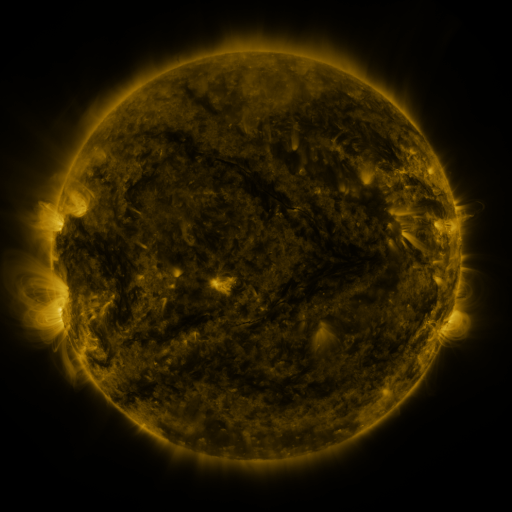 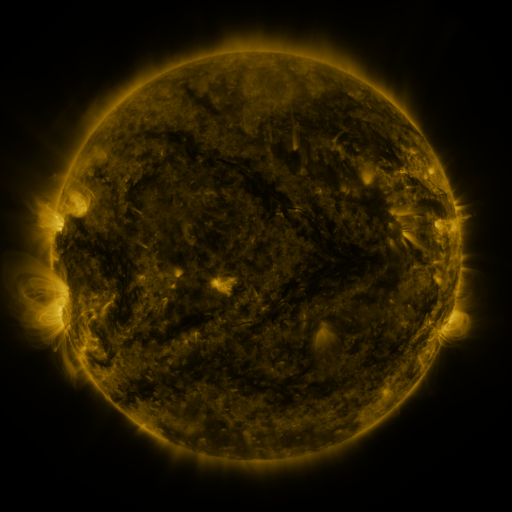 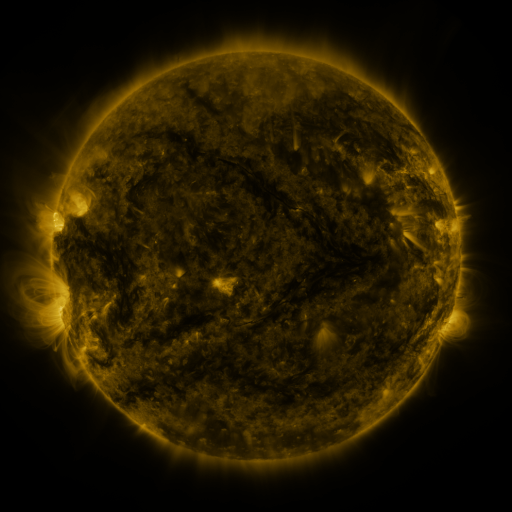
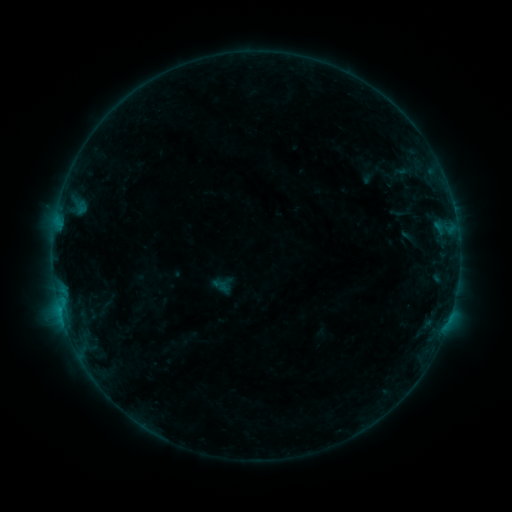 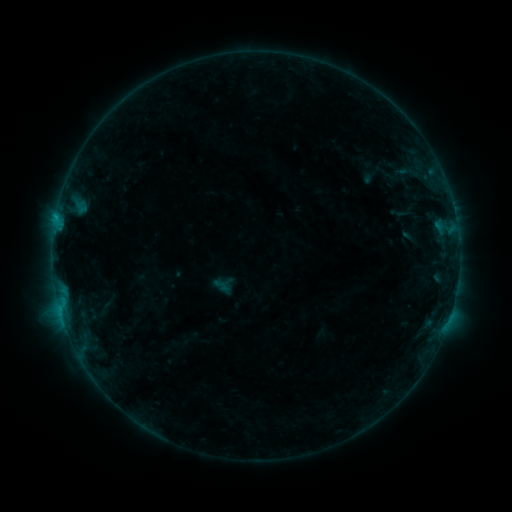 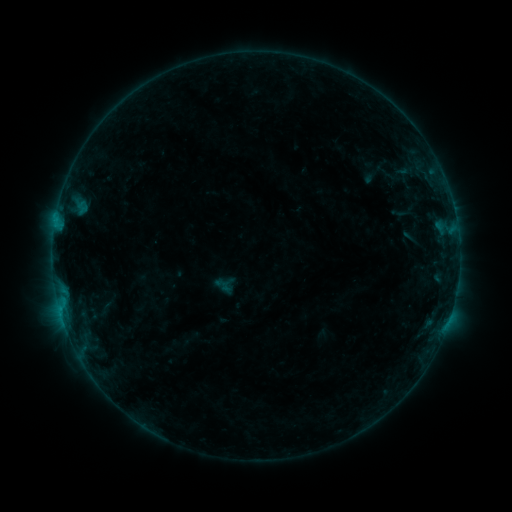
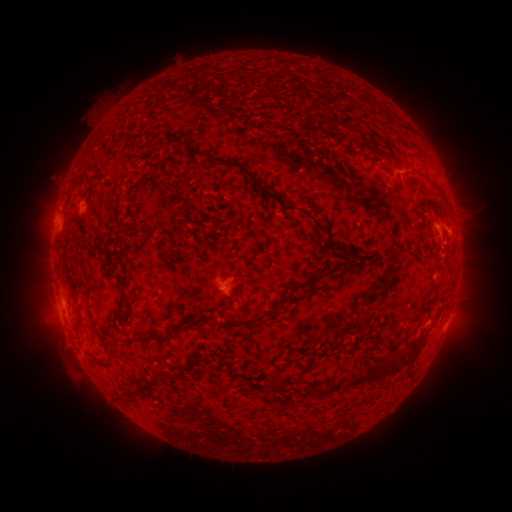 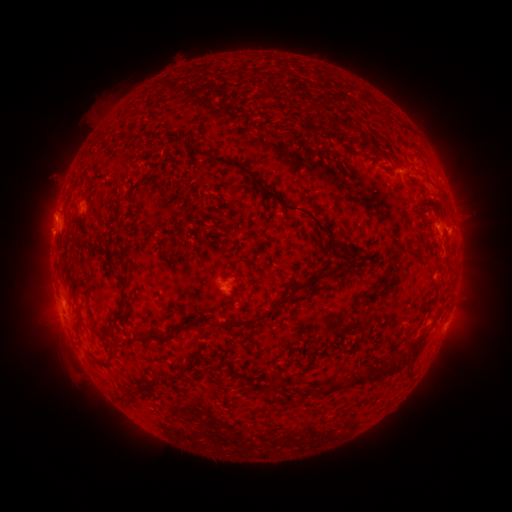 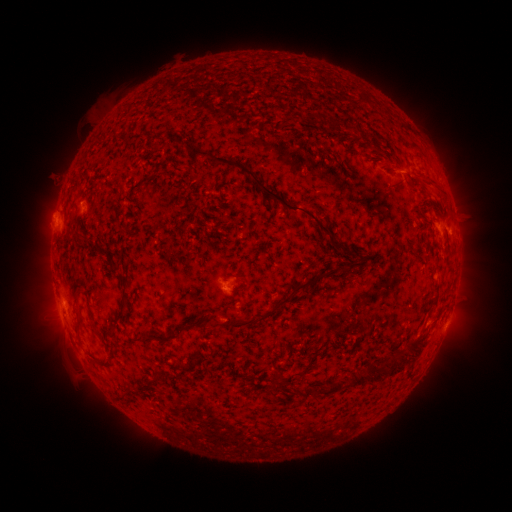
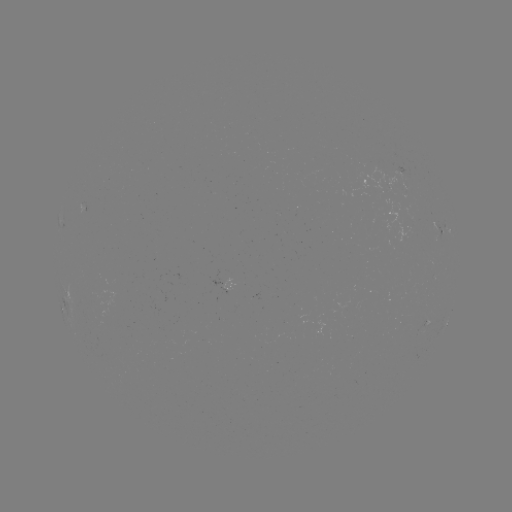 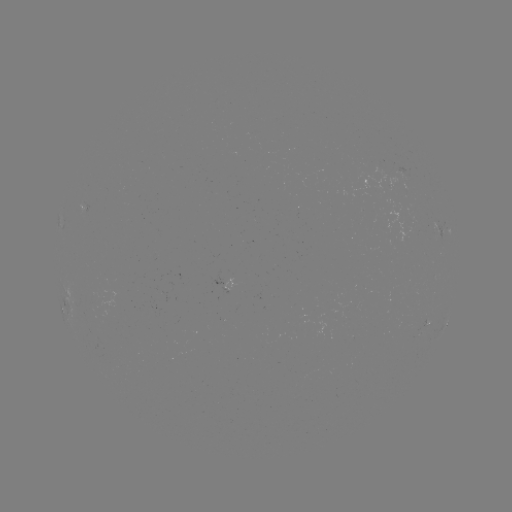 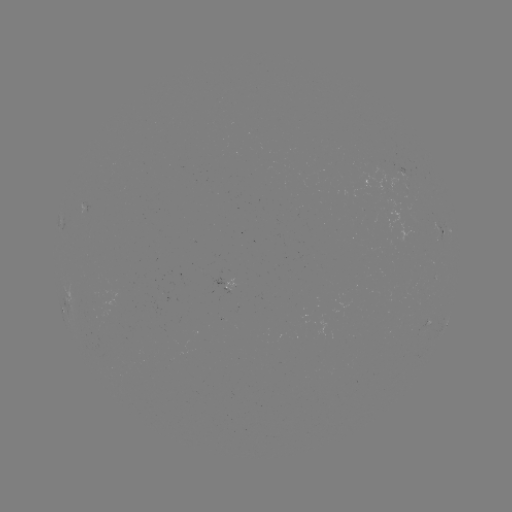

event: flare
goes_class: B4.4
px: (57, 220)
